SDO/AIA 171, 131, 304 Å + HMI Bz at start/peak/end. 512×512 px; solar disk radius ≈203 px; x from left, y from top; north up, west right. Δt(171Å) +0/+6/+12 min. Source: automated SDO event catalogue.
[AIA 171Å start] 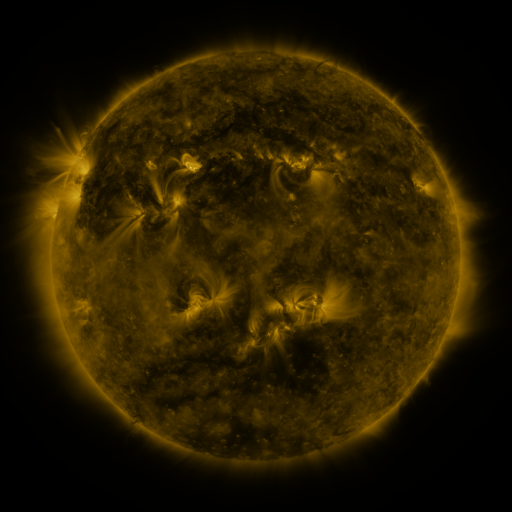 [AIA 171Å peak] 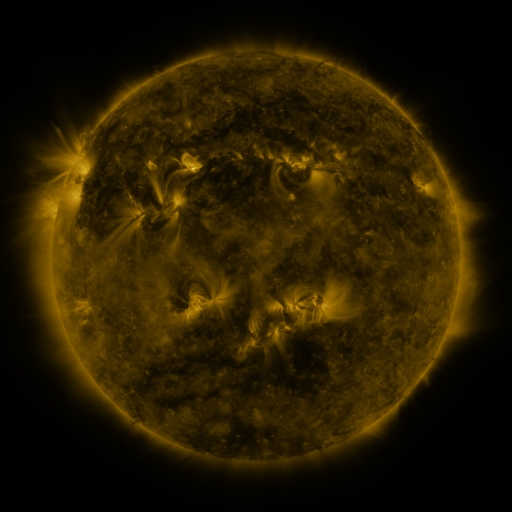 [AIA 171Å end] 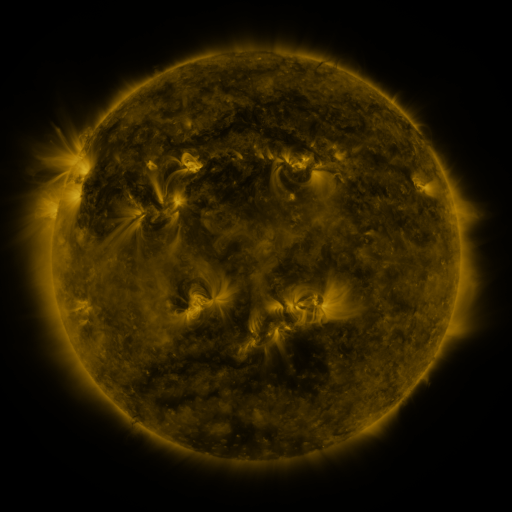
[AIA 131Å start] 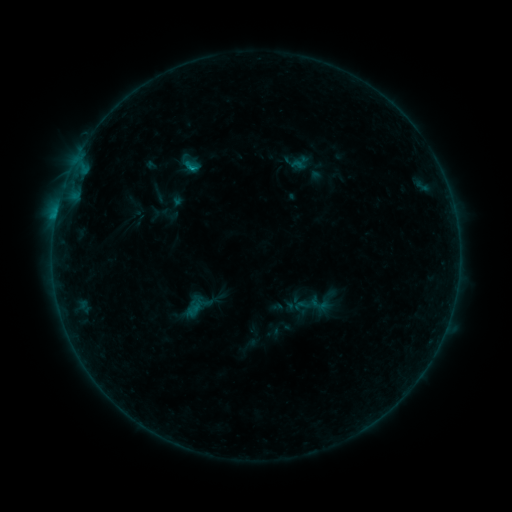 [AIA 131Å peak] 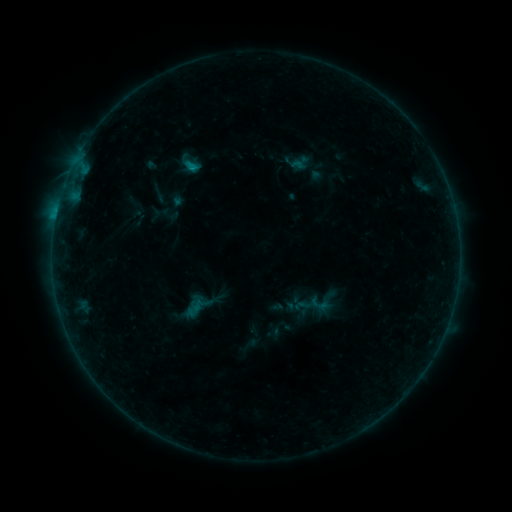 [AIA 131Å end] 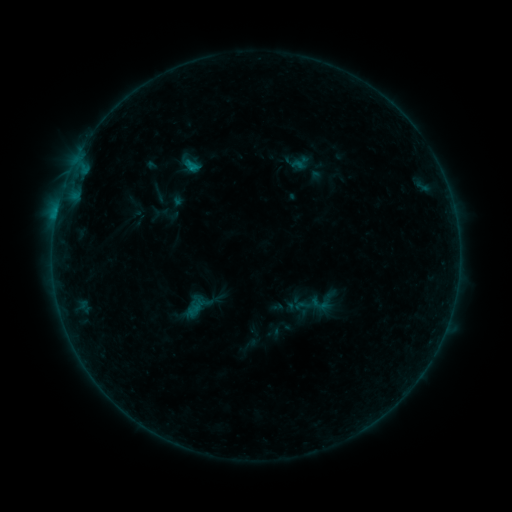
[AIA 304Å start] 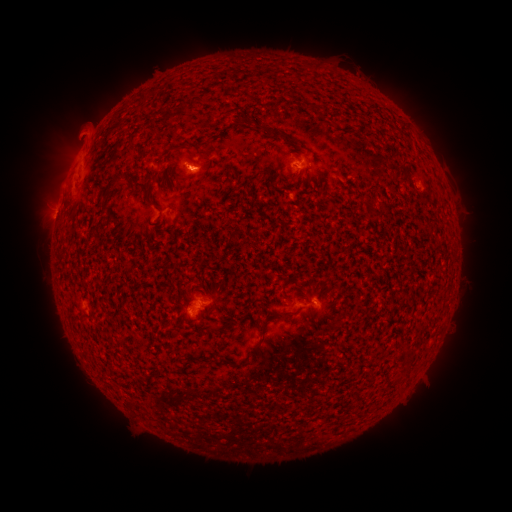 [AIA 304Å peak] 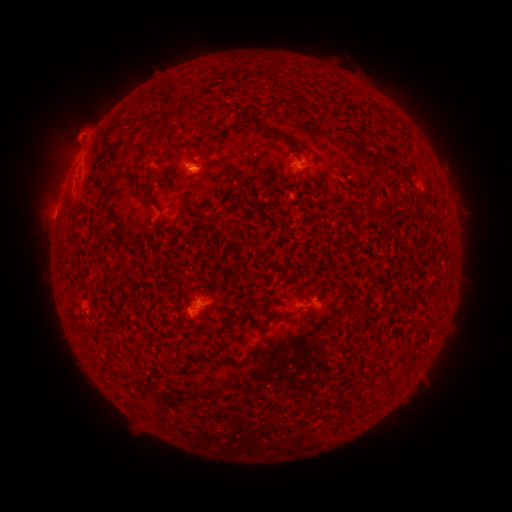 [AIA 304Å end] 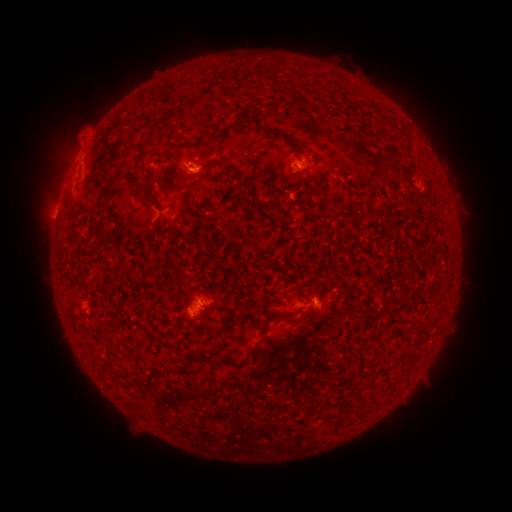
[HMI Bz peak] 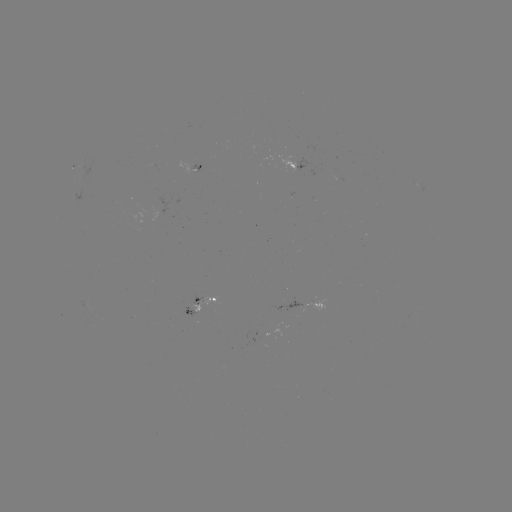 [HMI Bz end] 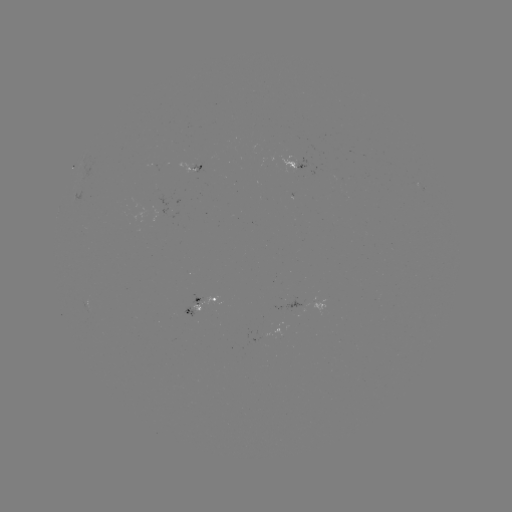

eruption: (169, 135, 213, 197)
